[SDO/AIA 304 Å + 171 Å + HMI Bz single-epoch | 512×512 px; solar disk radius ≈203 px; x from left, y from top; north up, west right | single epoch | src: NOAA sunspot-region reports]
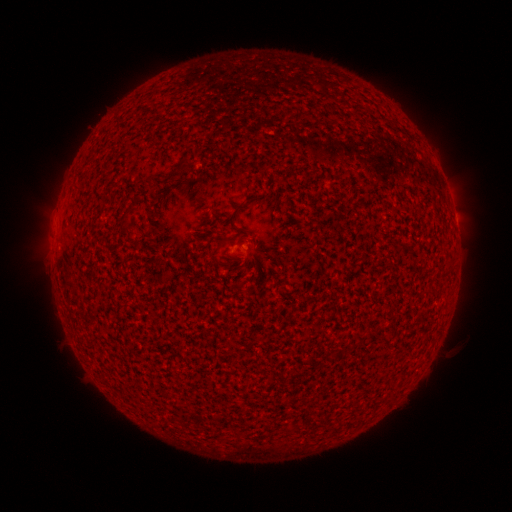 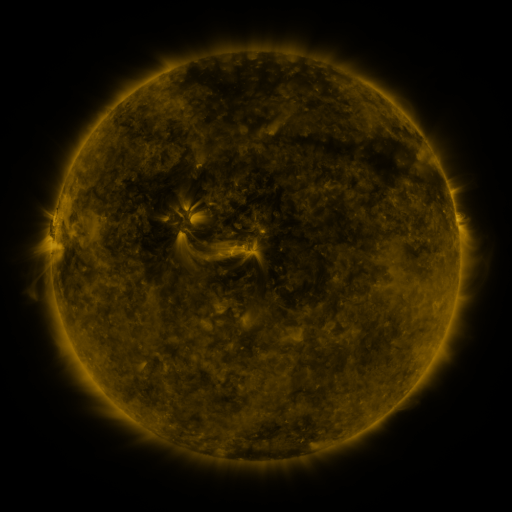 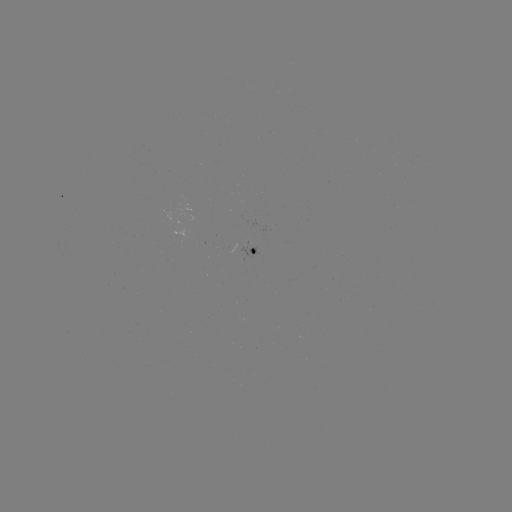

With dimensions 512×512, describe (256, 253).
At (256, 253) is spotted active region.